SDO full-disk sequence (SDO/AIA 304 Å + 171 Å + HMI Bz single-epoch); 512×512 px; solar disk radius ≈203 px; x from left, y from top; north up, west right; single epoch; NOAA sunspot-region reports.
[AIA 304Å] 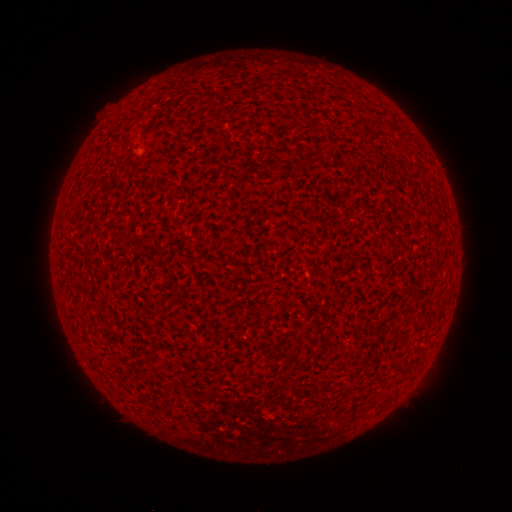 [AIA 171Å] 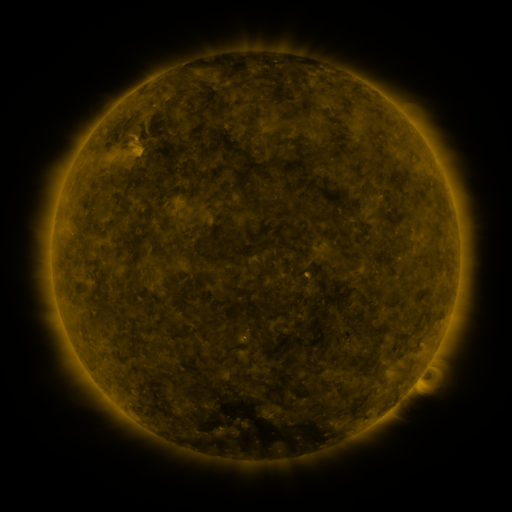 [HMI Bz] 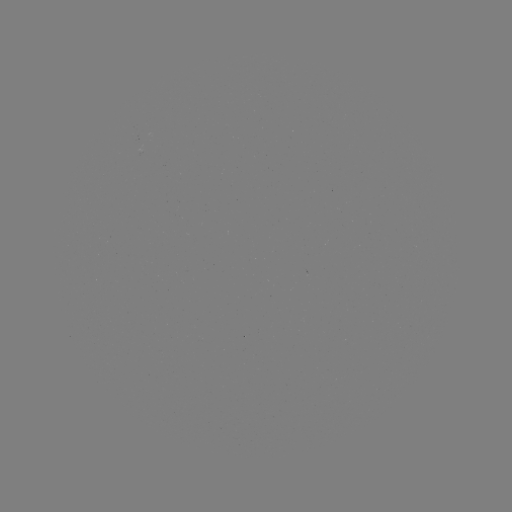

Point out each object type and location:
(none)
